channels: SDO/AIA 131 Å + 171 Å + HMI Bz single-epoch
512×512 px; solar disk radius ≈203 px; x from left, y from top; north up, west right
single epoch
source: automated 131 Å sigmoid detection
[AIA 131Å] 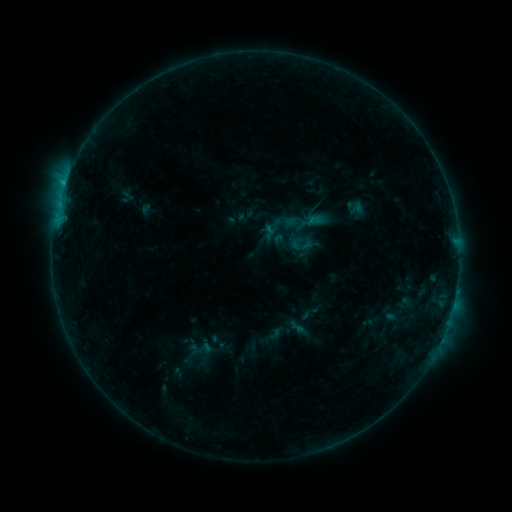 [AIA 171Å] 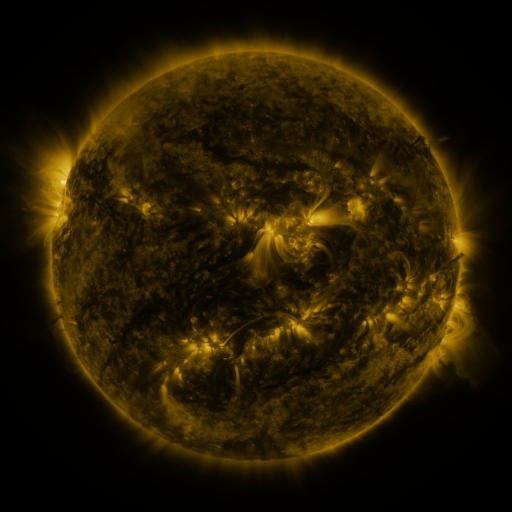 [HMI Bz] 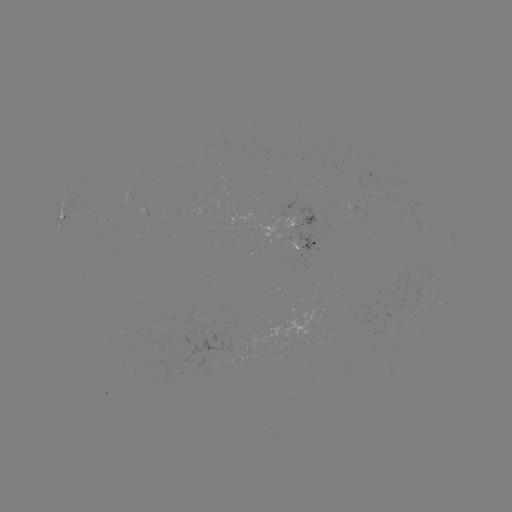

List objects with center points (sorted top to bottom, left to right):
sigmoid: (305, 221)
